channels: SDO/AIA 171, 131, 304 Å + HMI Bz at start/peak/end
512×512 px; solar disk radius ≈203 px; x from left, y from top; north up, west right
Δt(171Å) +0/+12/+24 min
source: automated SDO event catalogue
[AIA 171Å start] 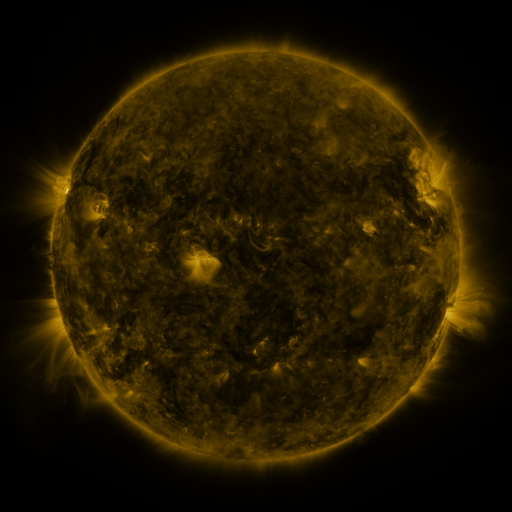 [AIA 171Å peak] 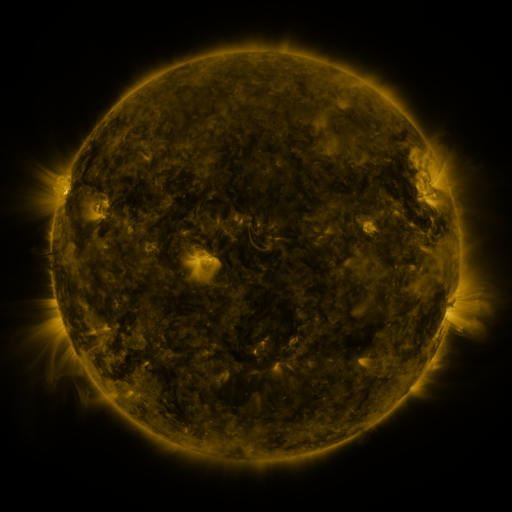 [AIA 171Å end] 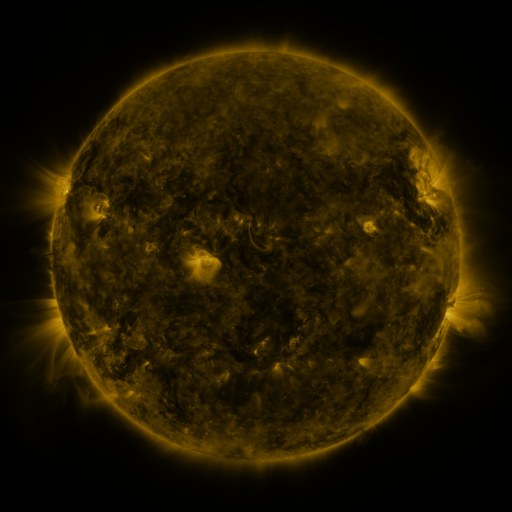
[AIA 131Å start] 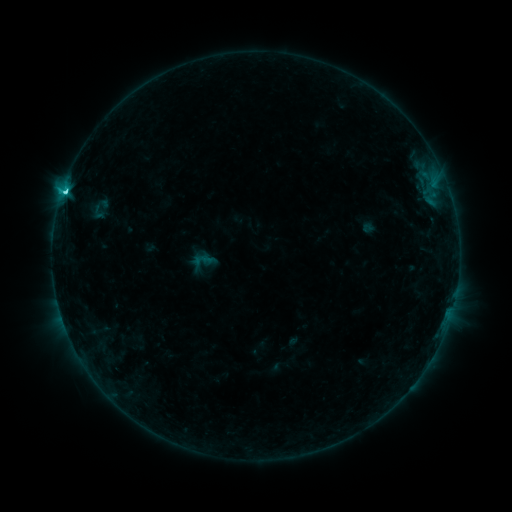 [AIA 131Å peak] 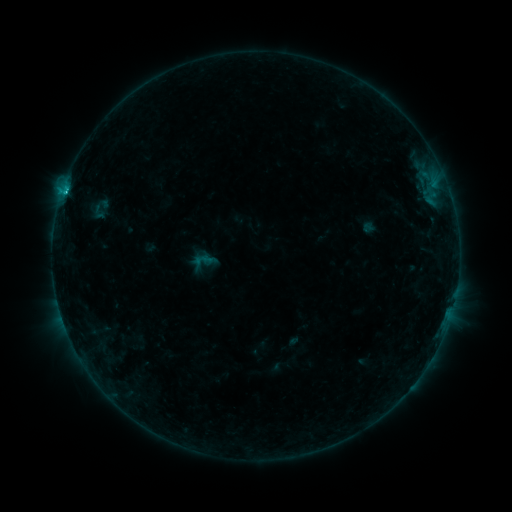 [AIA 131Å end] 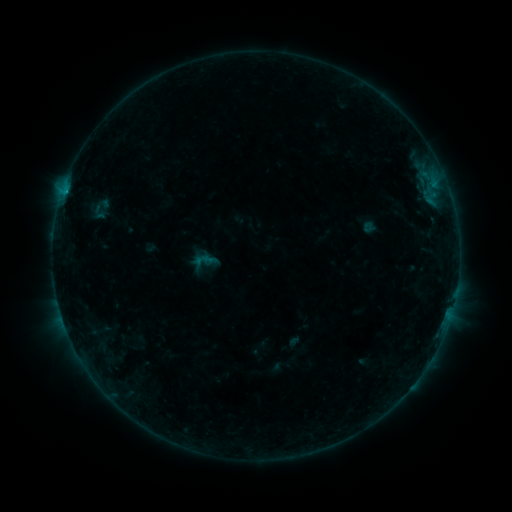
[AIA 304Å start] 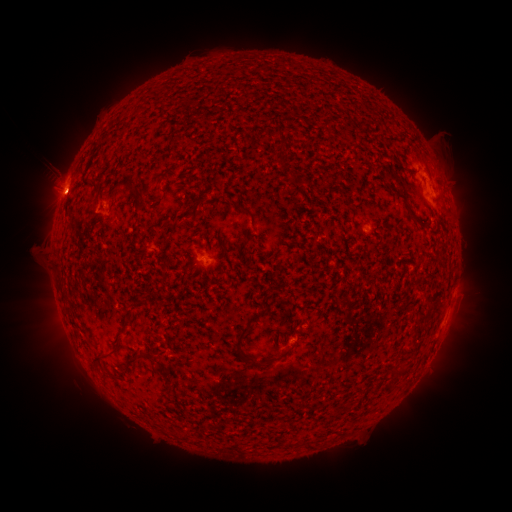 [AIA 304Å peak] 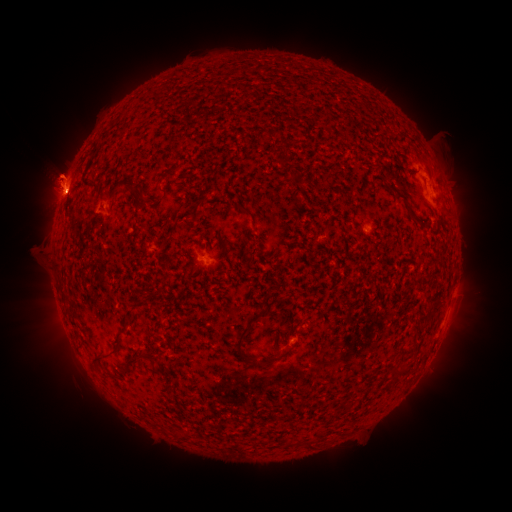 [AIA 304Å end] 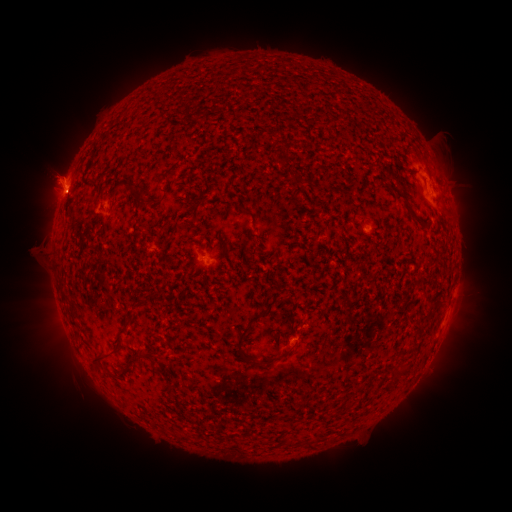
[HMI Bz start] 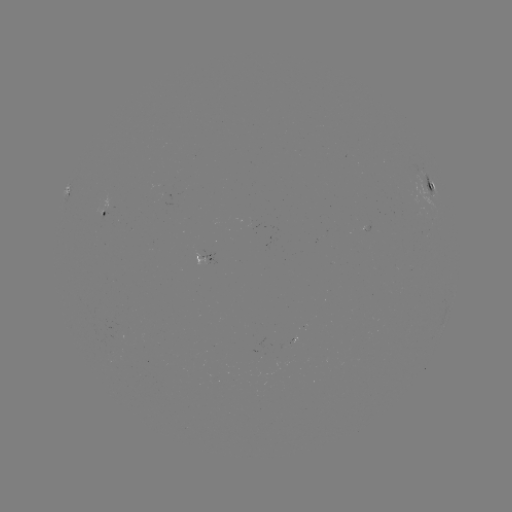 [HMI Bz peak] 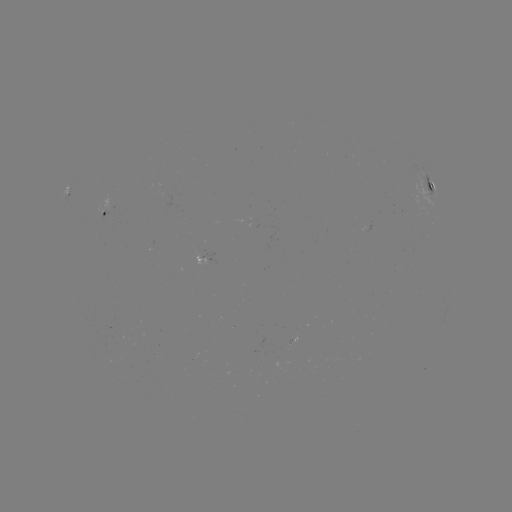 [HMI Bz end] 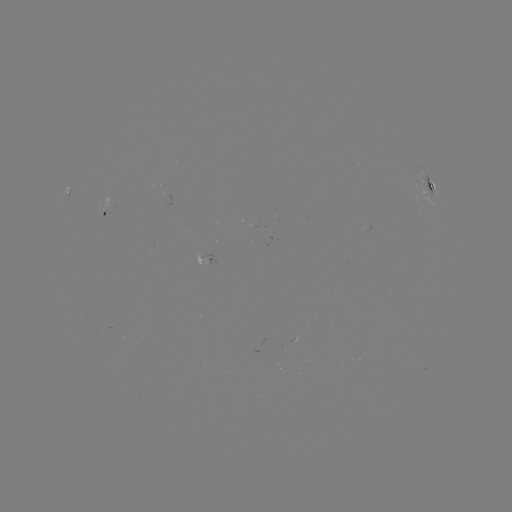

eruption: [17, 115, 103, 233]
